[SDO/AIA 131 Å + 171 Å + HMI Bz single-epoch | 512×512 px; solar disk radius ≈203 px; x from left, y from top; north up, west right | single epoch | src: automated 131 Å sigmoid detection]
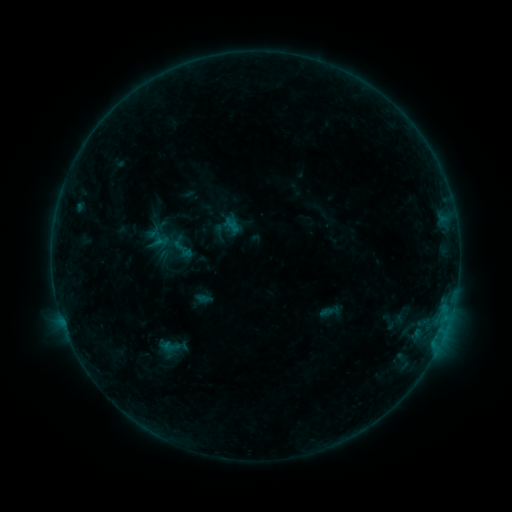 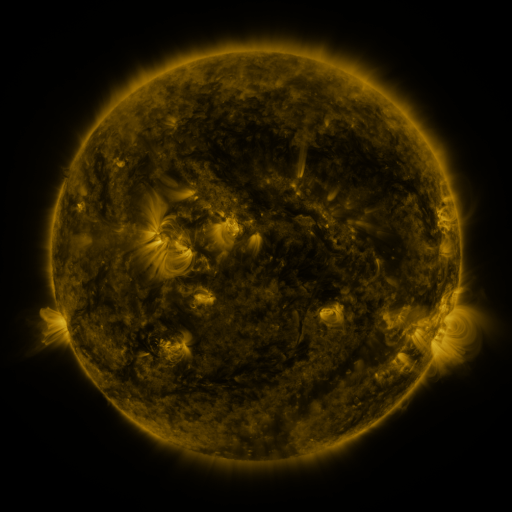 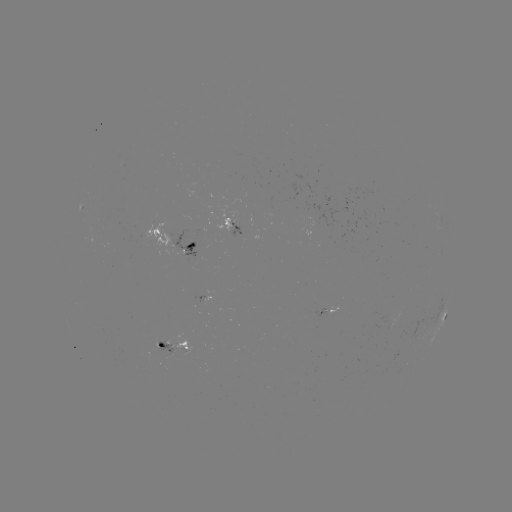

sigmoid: (156, 335, 184, 358)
